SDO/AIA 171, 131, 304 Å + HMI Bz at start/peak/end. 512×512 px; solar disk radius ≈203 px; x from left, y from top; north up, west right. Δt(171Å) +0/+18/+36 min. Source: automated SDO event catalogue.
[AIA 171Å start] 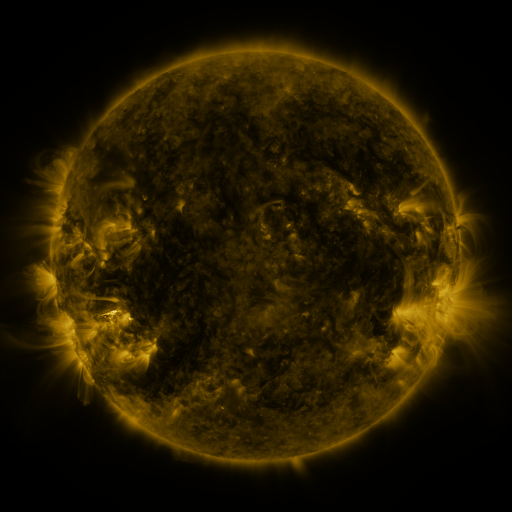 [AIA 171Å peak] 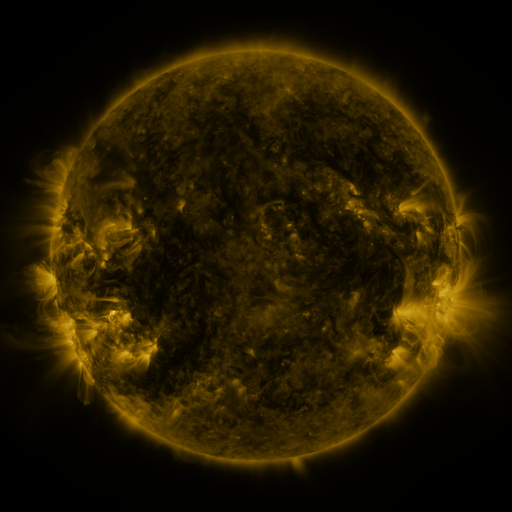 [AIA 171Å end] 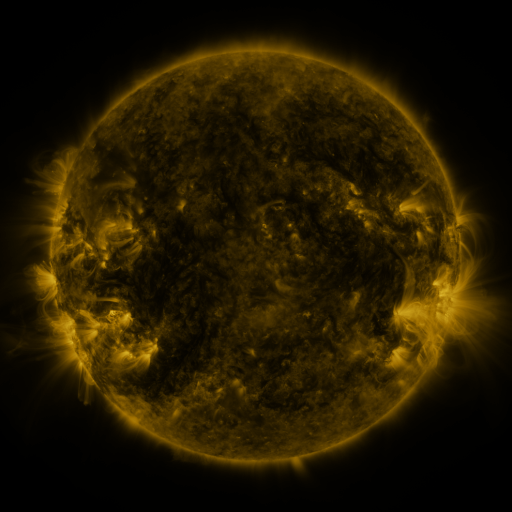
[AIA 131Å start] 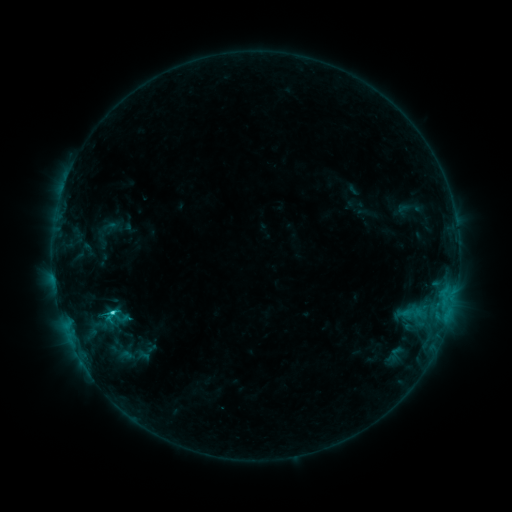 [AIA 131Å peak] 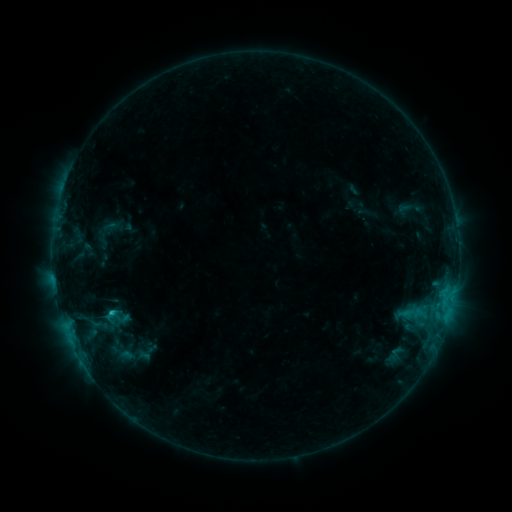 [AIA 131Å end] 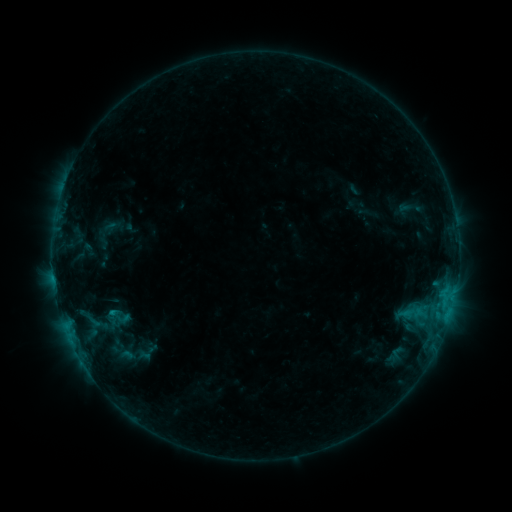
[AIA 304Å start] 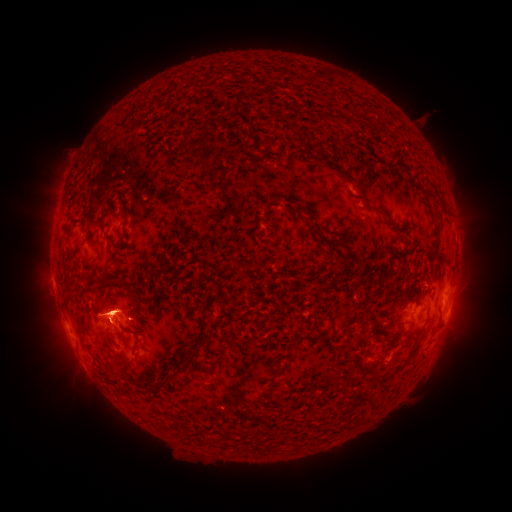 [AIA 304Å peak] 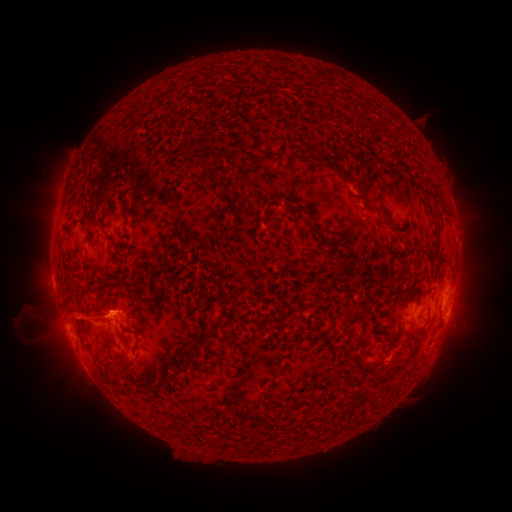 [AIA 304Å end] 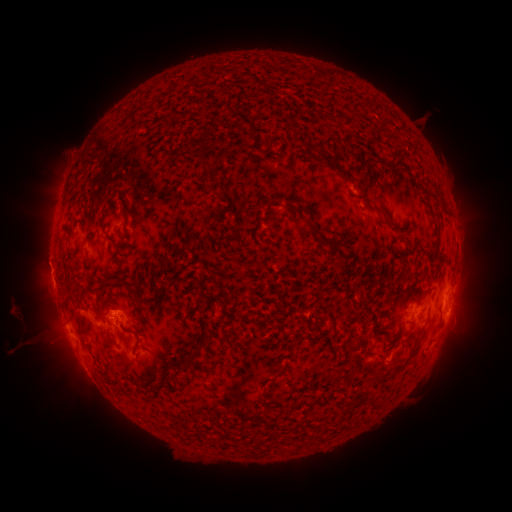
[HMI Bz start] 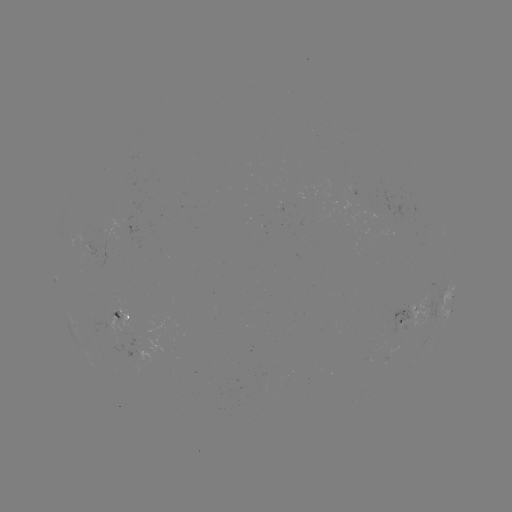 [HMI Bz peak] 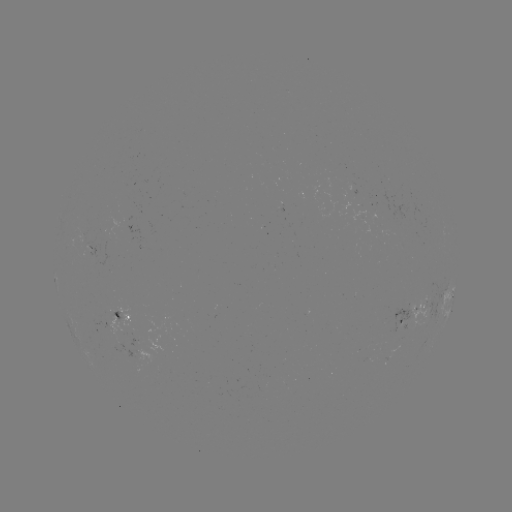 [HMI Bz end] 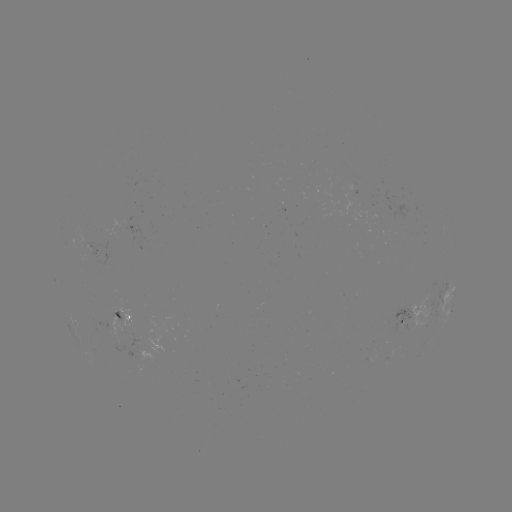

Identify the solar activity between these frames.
eruption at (52, 317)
